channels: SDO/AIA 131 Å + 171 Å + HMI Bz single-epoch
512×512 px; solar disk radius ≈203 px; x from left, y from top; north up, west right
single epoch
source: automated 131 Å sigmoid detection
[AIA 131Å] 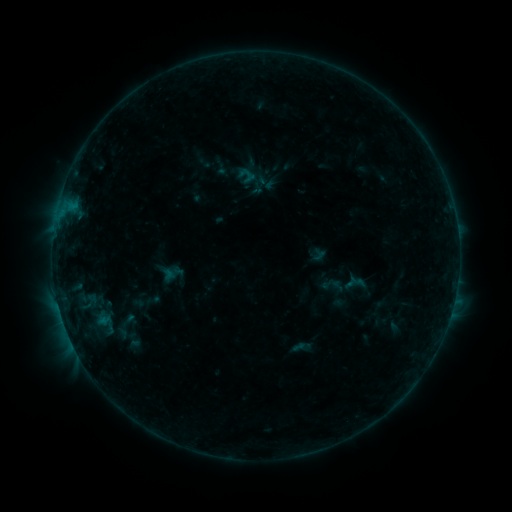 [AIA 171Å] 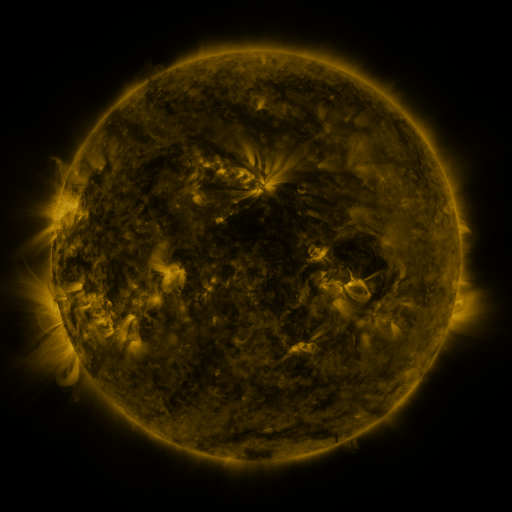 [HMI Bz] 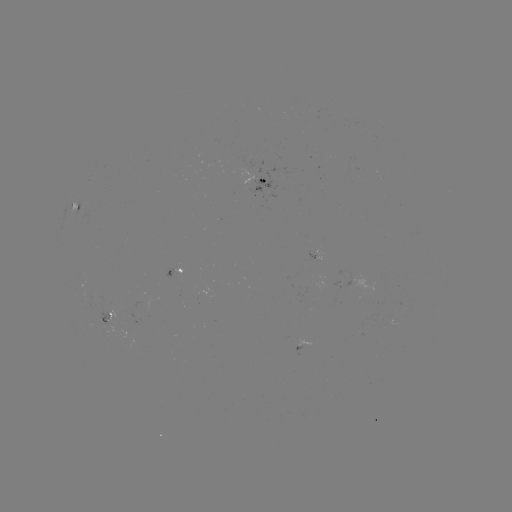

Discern sigmoid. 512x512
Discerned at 104,324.